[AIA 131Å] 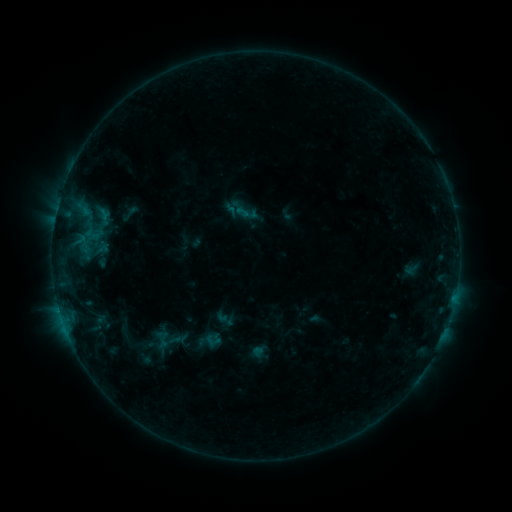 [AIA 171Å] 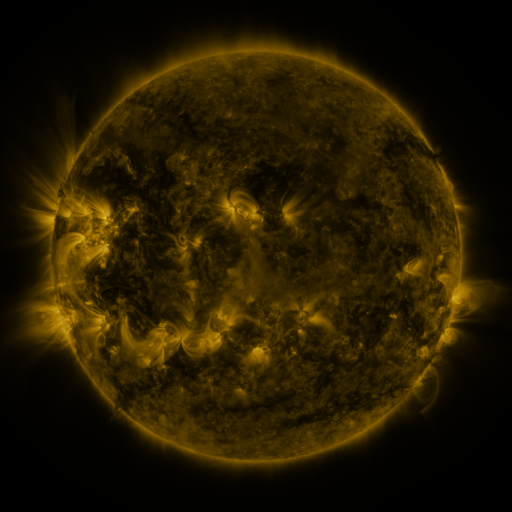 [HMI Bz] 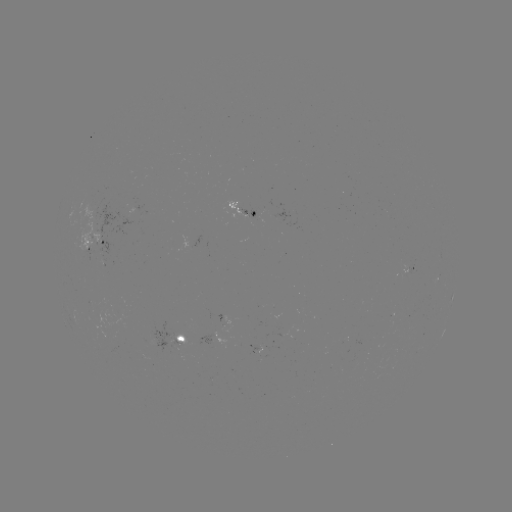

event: sigmoid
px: (129, 213)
